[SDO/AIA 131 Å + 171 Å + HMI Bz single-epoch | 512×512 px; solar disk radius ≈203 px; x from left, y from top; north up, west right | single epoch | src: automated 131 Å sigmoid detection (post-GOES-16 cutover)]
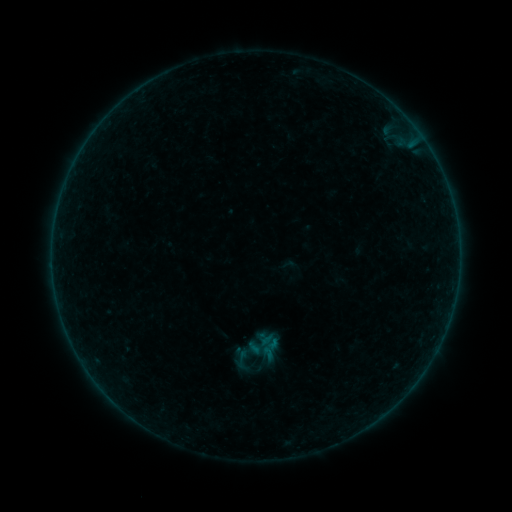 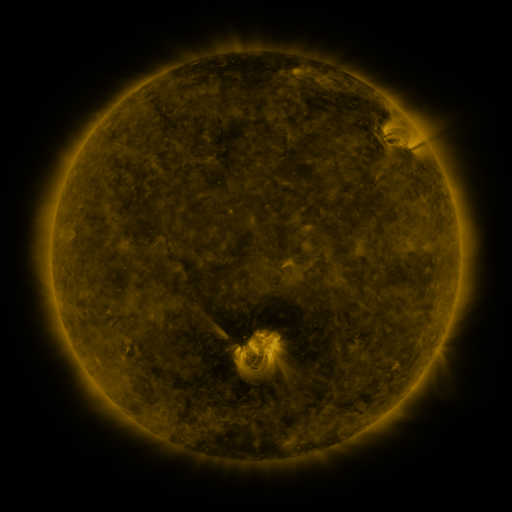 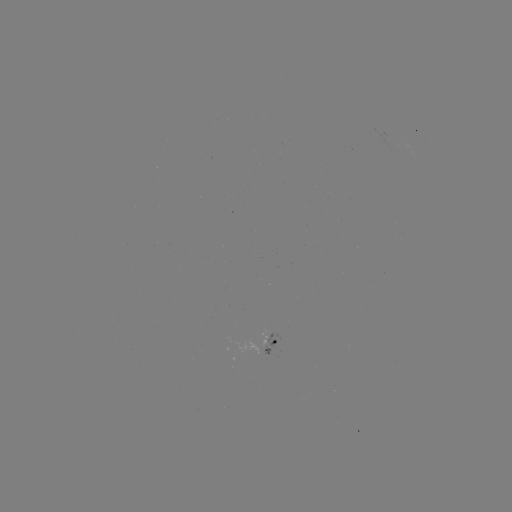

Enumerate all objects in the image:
sigmoid: (242, 358)
